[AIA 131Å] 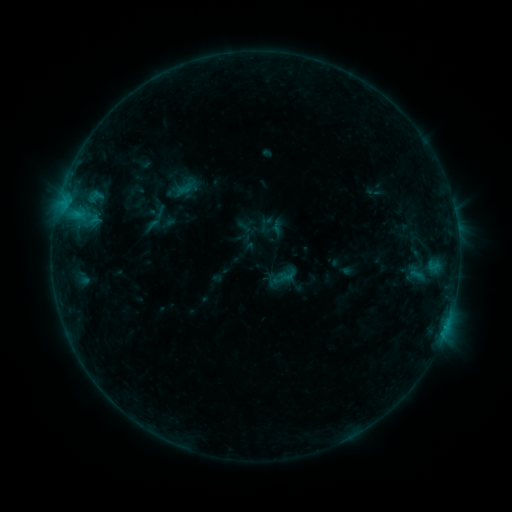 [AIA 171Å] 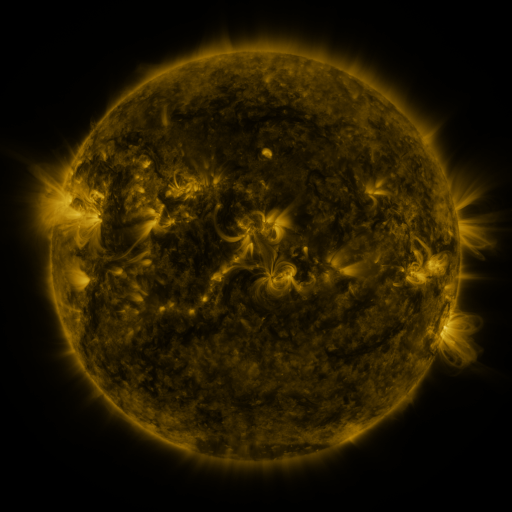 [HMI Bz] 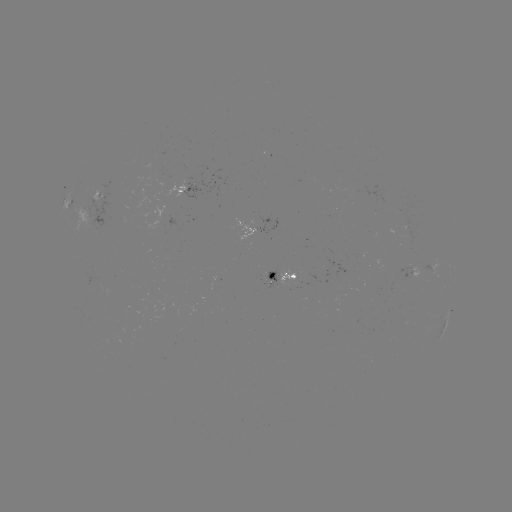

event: sigmoid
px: (416, 273)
